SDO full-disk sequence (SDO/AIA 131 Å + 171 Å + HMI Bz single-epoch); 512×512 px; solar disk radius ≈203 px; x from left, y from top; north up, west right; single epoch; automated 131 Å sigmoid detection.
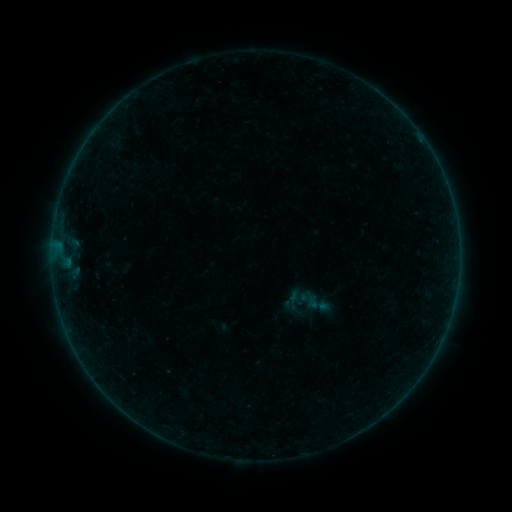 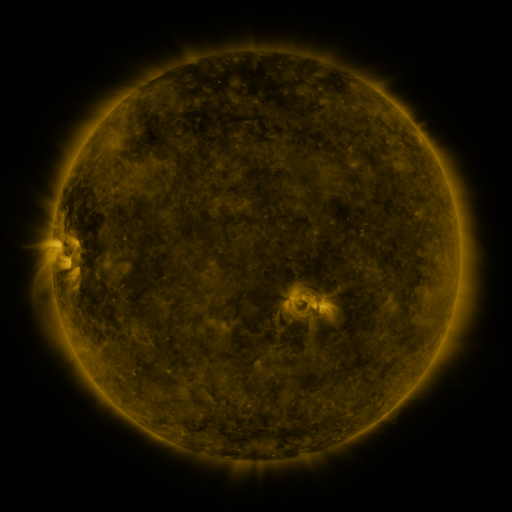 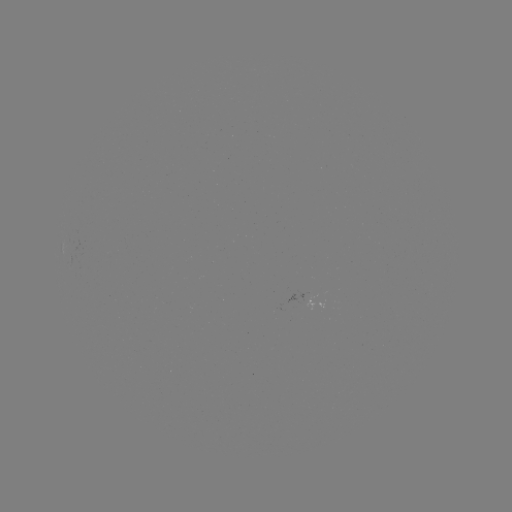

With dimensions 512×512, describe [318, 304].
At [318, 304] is sigmoid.